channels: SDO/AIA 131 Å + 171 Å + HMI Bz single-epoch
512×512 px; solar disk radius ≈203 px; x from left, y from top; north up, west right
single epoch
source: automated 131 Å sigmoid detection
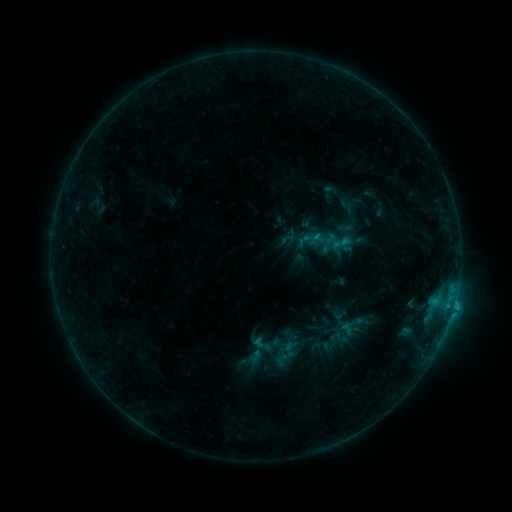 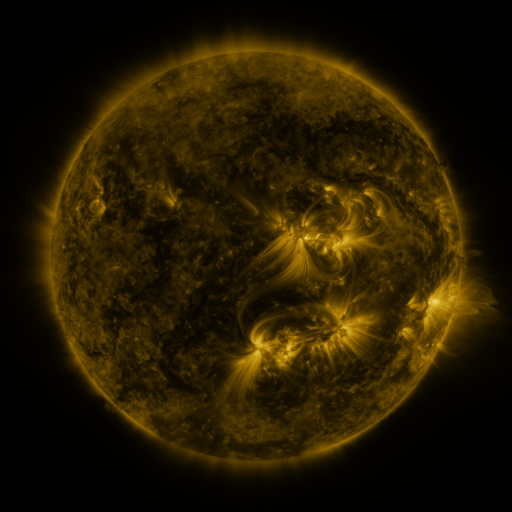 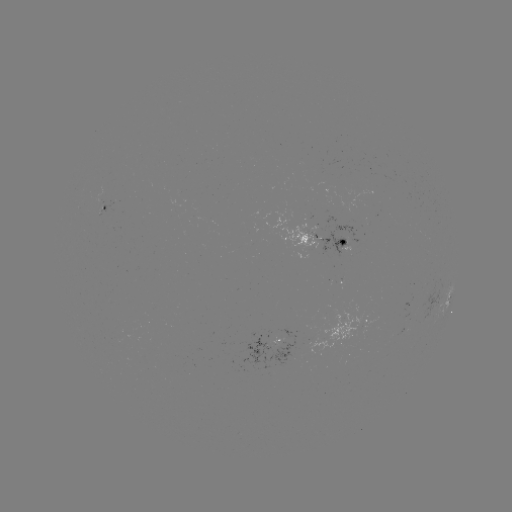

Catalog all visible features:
sigmoid: <bbox>272, 334, 295, 357</bbox>
